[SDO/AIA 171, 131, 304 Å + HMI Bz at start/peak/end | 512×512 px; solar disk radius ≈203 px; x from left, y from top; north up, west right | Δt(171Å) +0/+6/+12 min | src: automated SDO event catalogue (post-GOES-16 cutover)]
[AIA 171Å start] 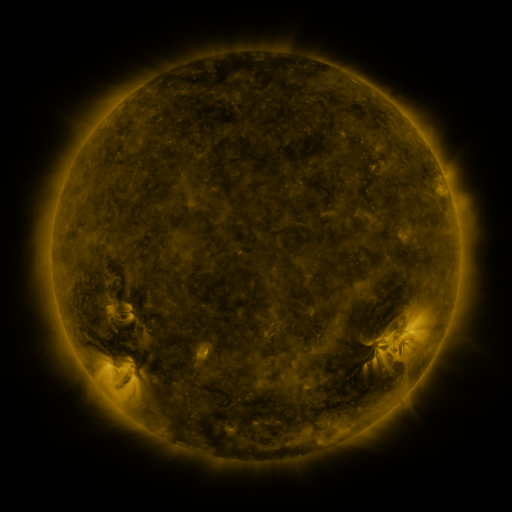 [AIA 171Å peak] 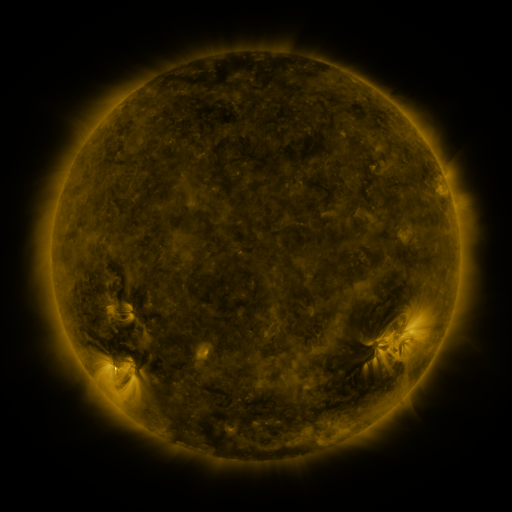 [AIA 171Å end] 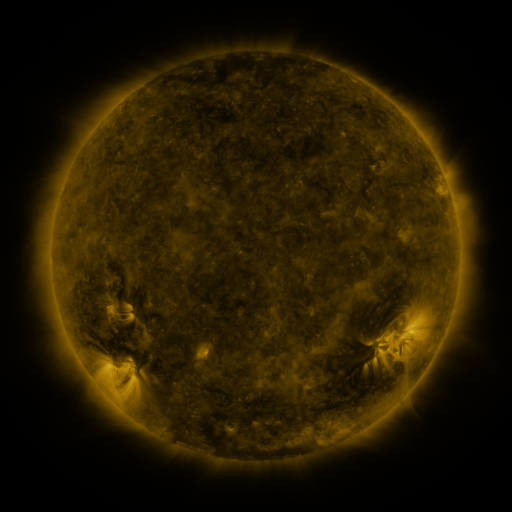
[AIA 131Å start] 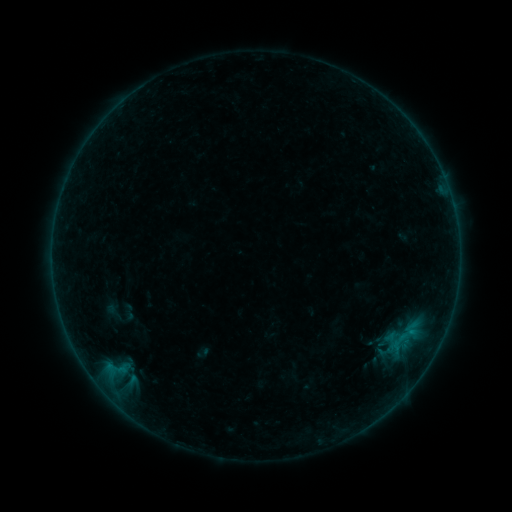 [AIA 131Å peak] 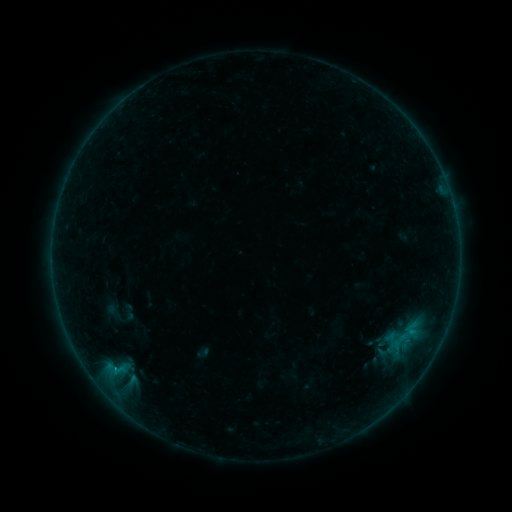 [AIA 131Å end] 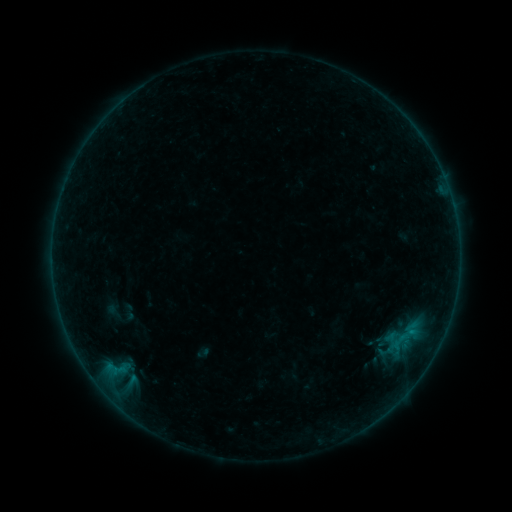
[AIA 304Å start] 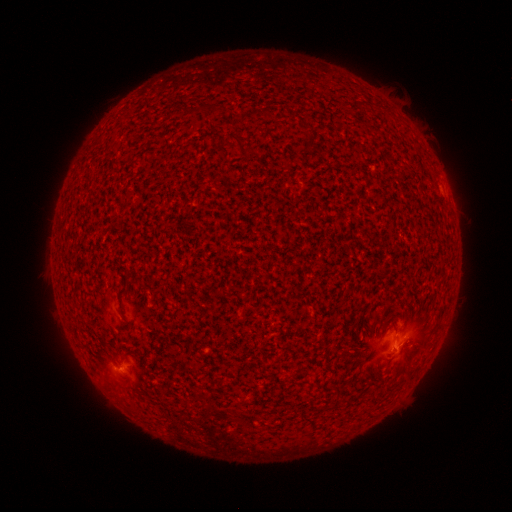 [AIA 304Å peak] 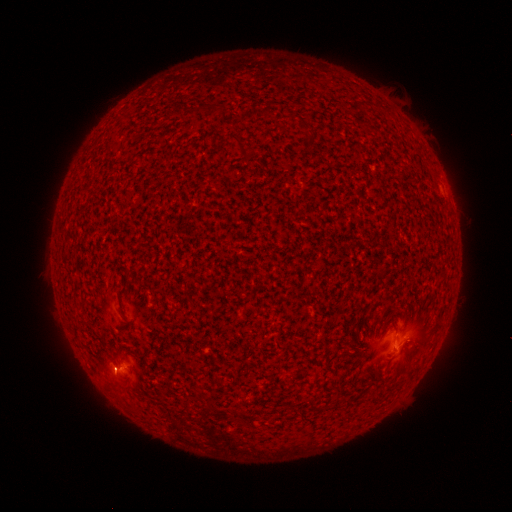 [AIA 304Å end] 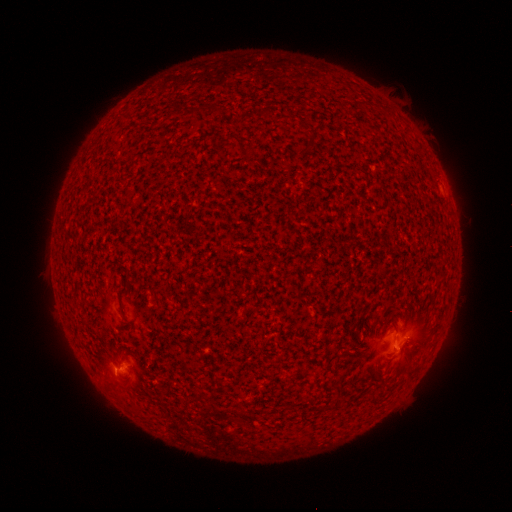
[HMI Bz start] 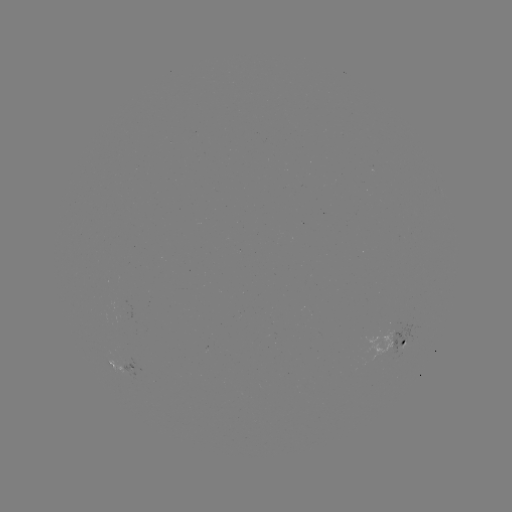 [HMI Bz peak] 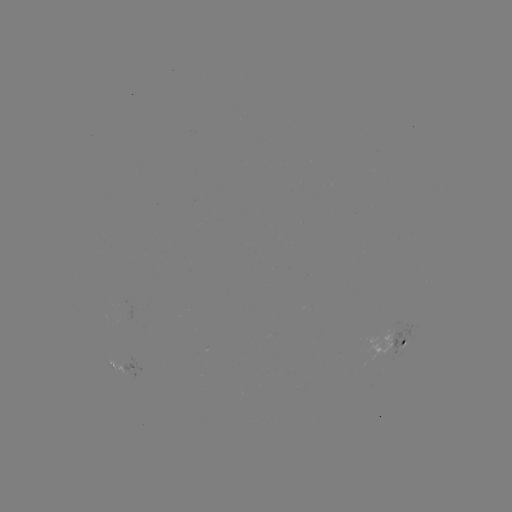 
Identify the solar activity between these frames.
B2.6 flare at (116, 369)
